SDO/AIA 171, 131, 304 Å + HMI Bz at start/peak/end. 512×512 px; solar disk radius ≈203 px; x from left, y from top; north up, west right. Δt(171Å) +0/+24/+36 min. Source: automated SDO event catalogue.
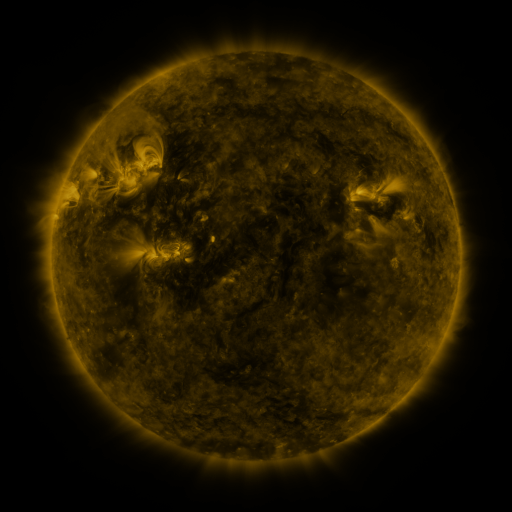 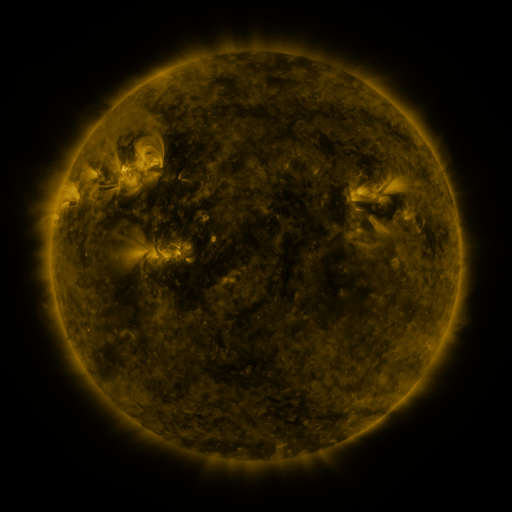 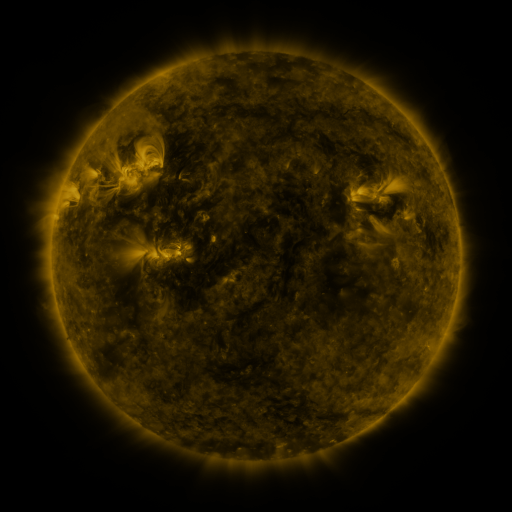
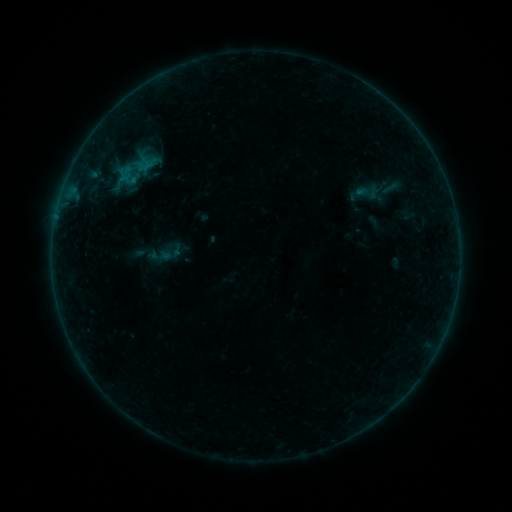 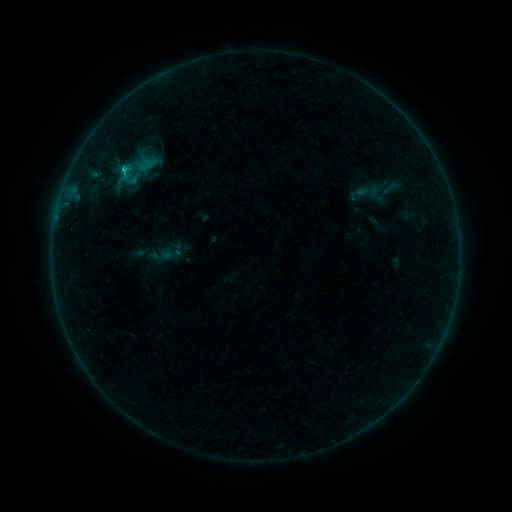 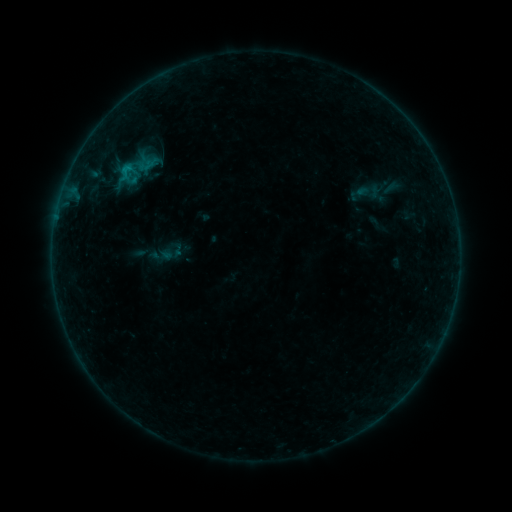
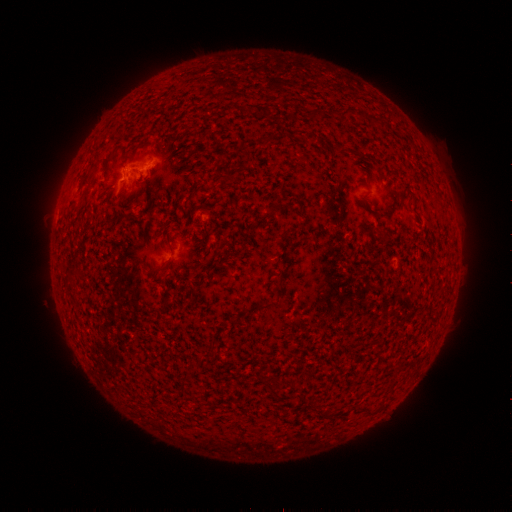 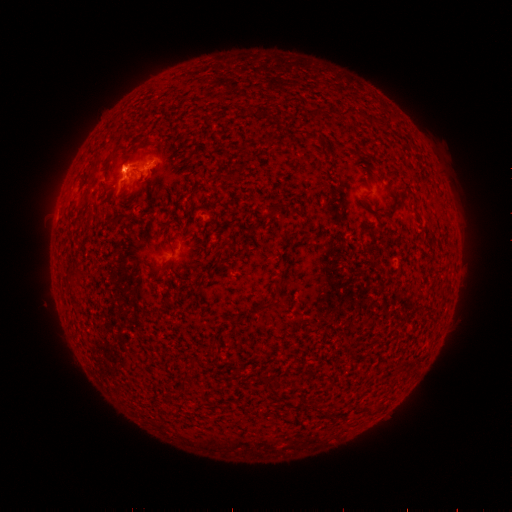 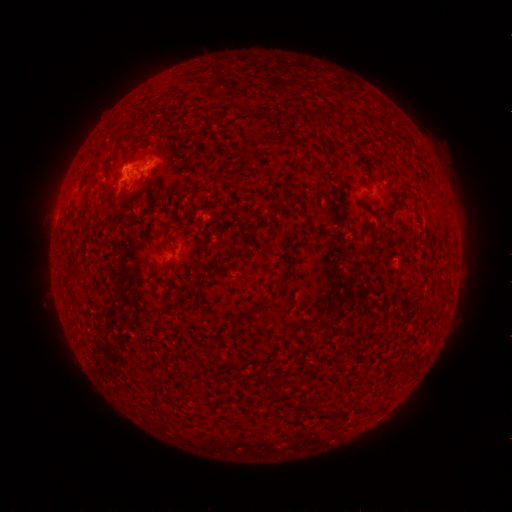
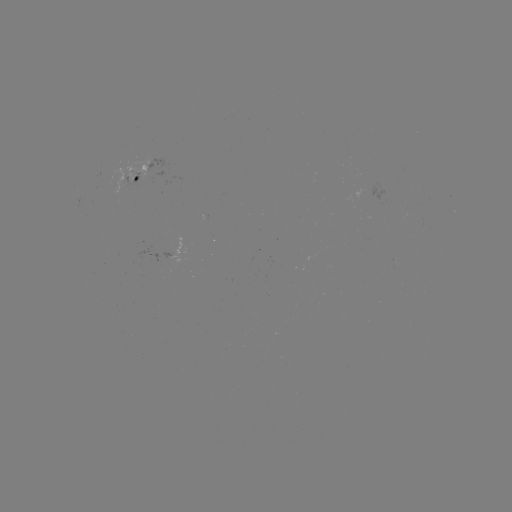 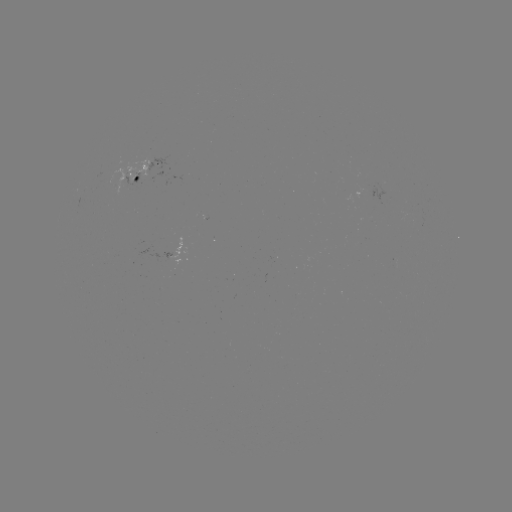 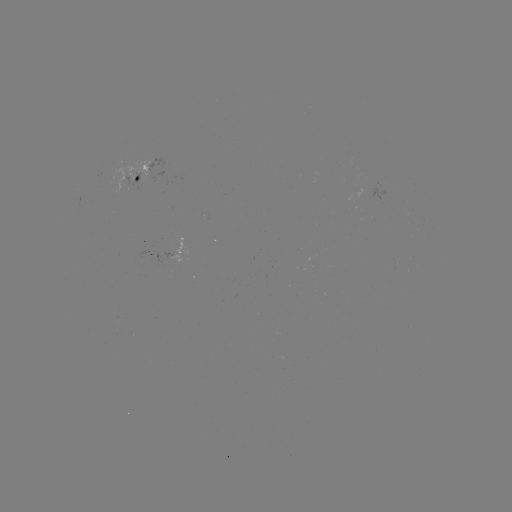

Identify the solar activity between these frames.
B4.4 flare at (124, 172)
